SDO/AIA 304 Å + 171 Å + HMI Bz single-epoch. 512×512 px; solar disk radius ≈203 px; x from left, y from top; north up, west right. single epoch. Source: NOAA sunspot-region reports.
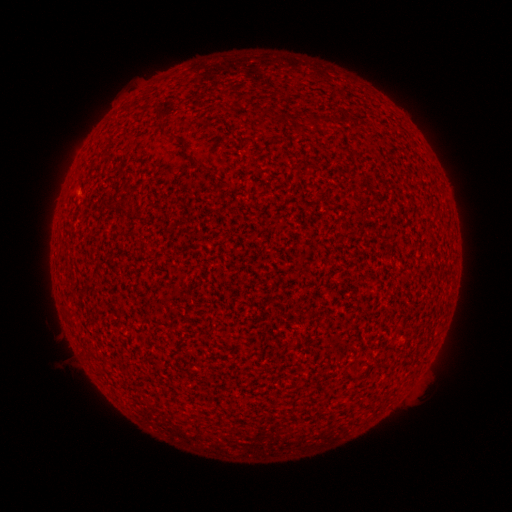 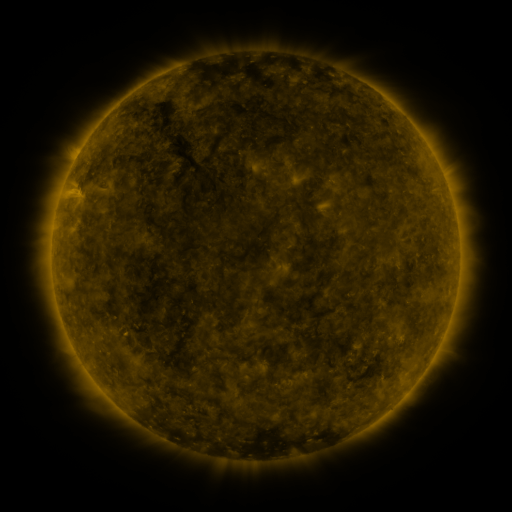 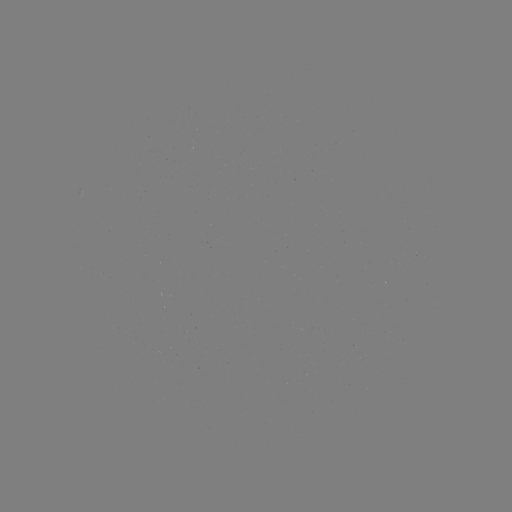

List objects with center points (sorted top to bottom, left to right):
(none)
